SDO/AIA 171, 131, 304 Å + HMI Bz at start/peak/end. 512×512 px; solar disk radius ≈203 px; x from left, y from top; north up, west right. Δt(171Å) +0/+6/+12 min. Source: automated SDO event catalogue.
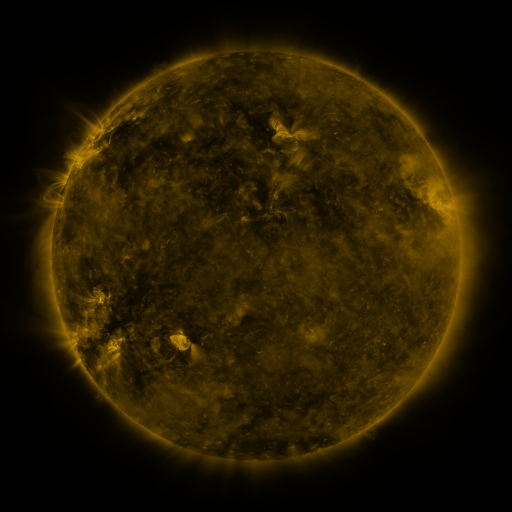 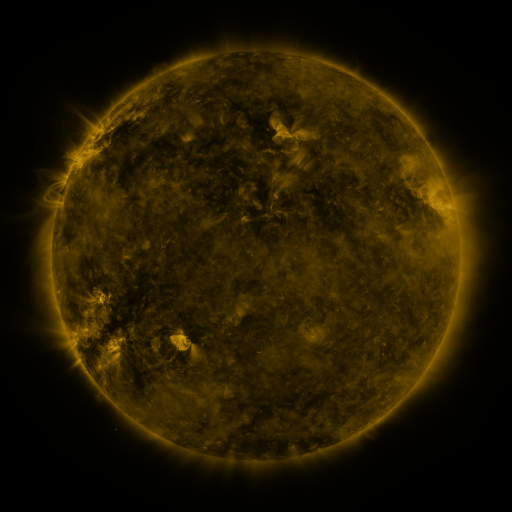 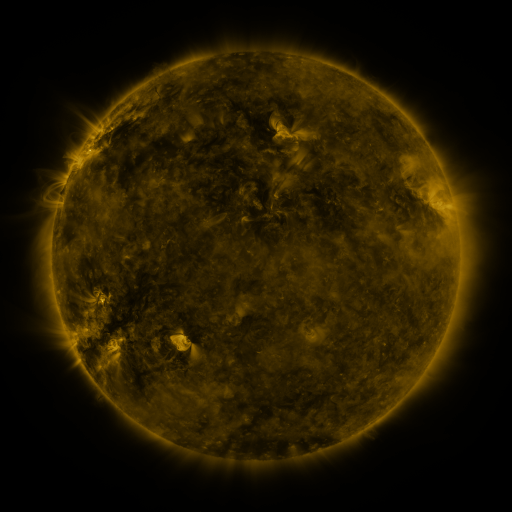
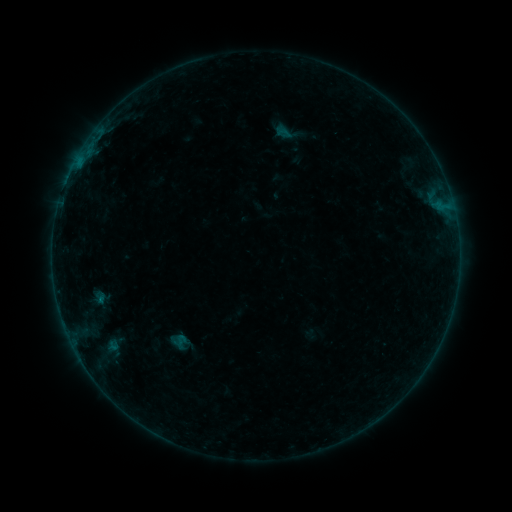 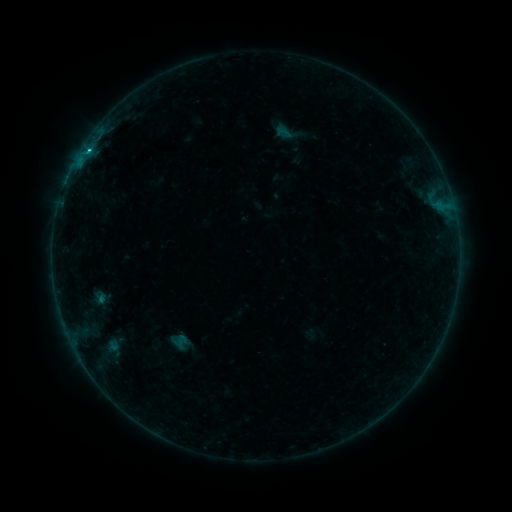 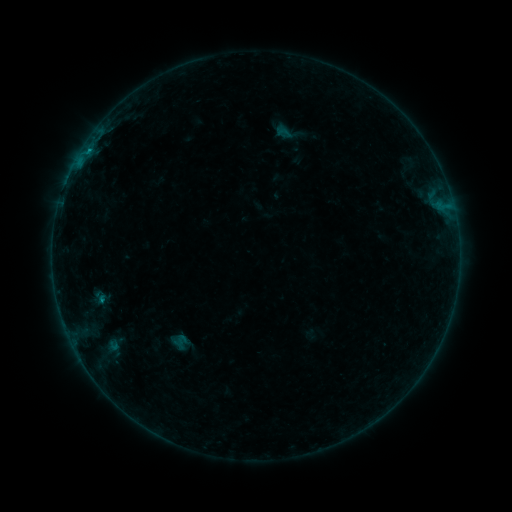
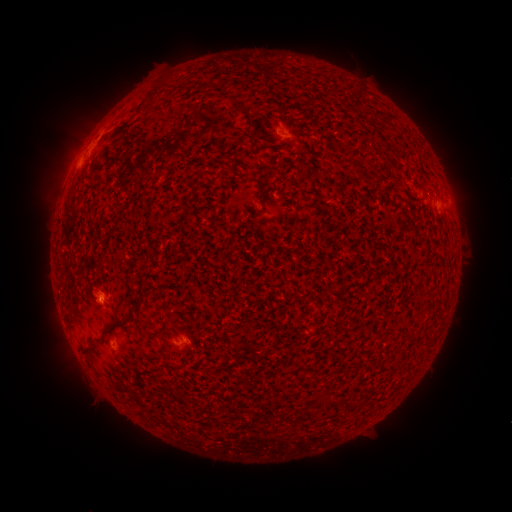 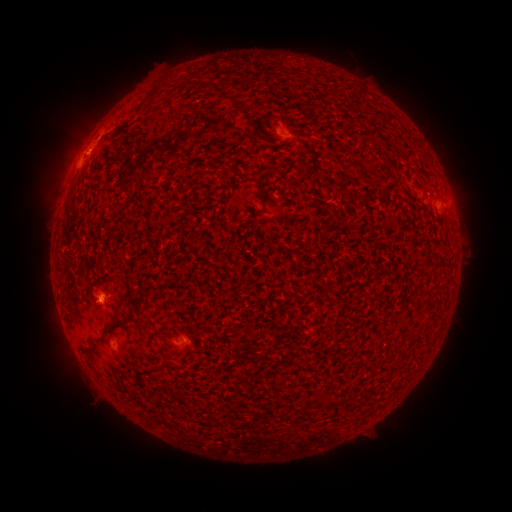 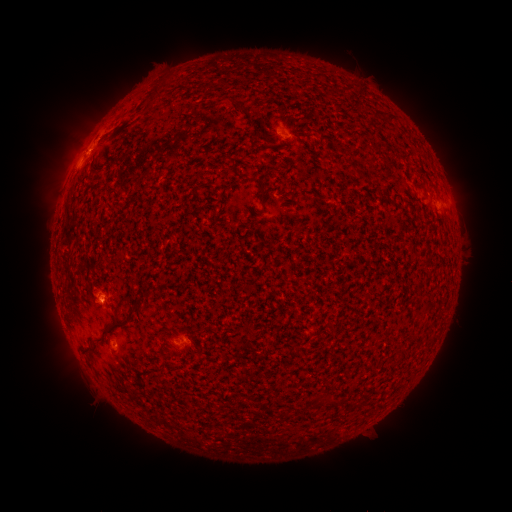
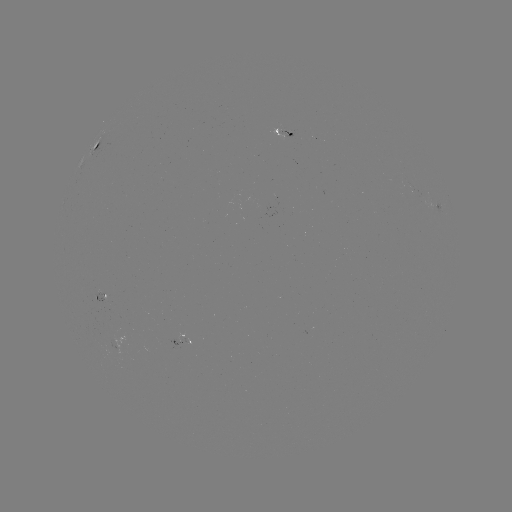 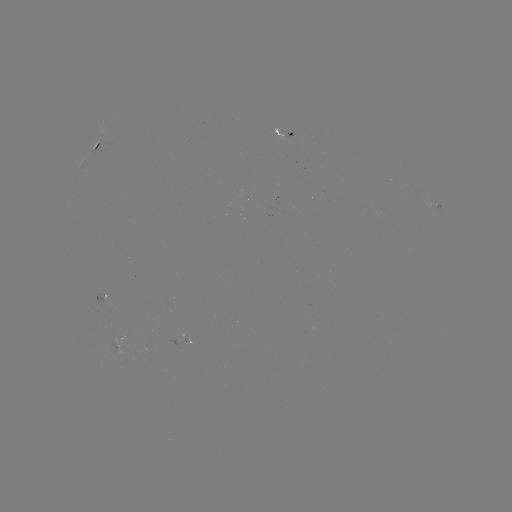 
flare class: B9.2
